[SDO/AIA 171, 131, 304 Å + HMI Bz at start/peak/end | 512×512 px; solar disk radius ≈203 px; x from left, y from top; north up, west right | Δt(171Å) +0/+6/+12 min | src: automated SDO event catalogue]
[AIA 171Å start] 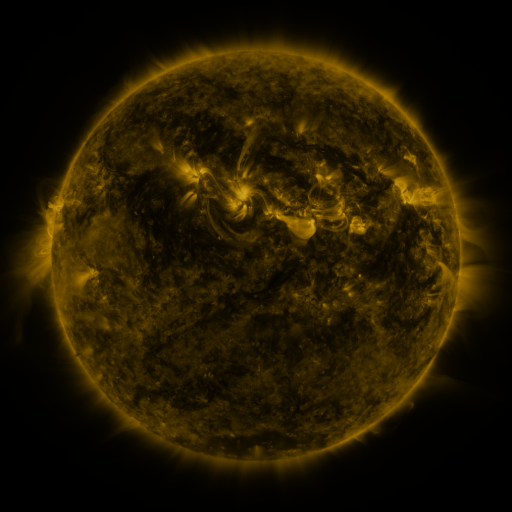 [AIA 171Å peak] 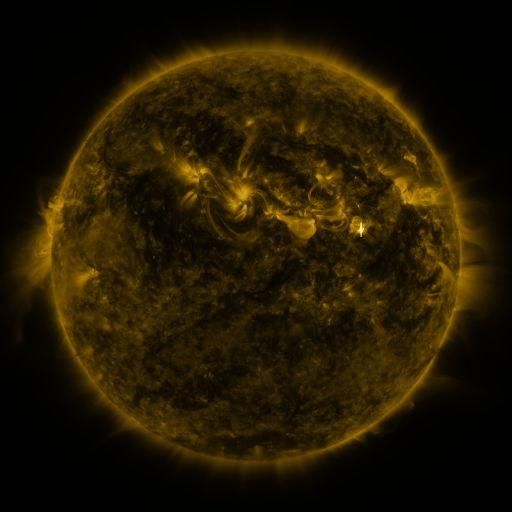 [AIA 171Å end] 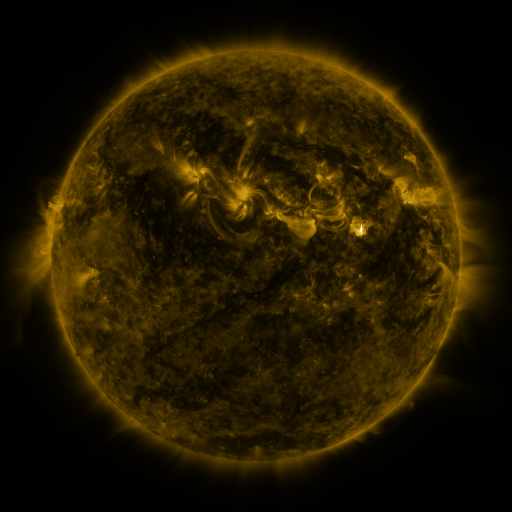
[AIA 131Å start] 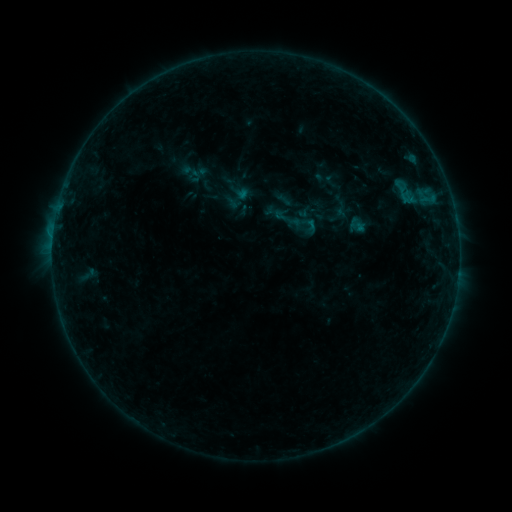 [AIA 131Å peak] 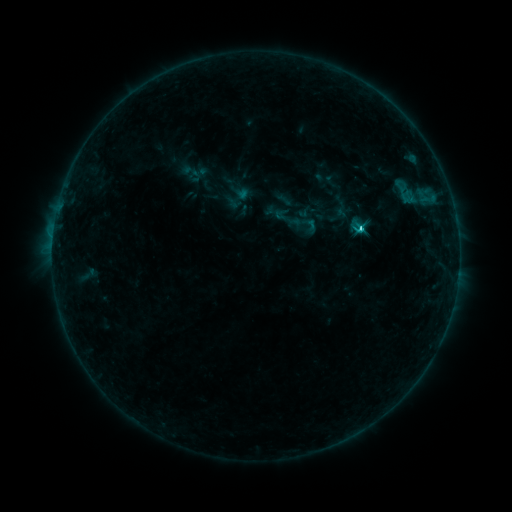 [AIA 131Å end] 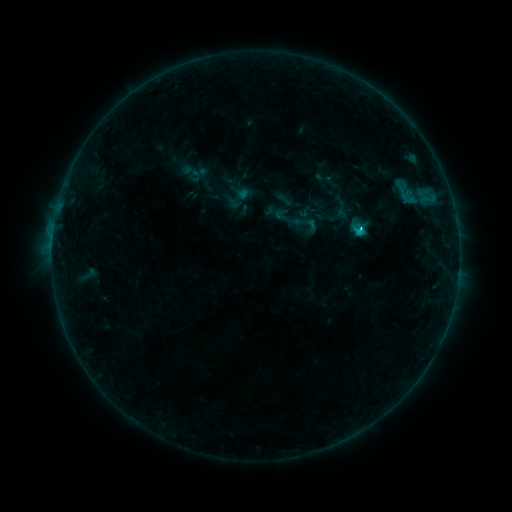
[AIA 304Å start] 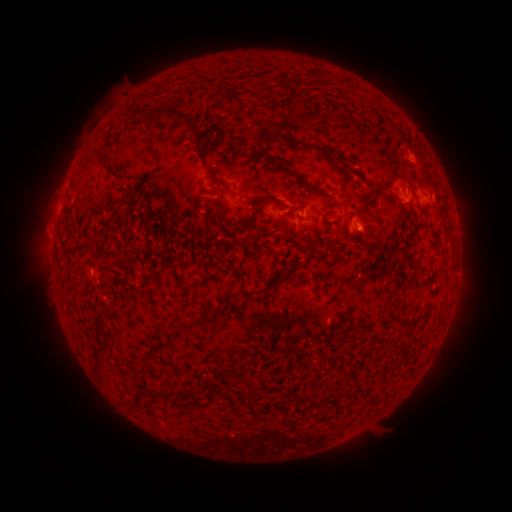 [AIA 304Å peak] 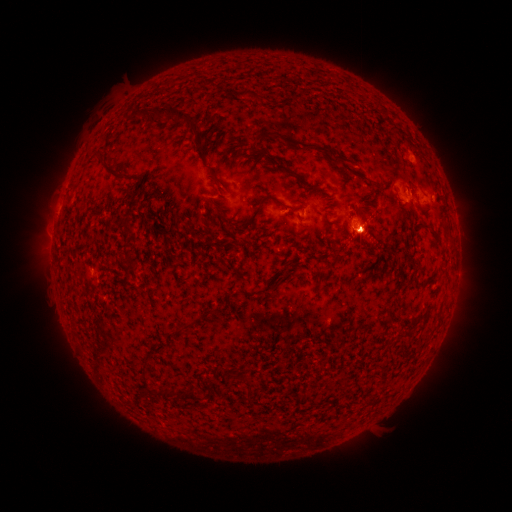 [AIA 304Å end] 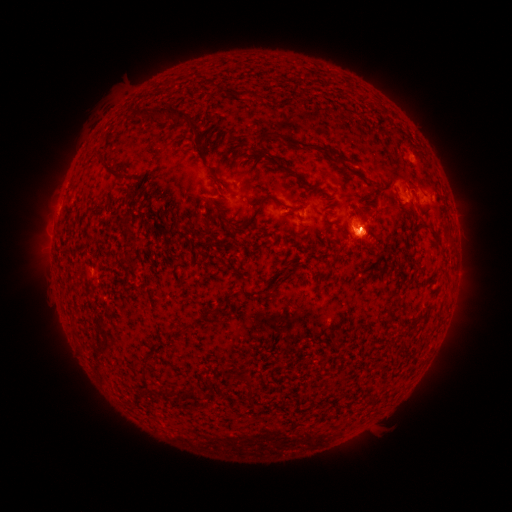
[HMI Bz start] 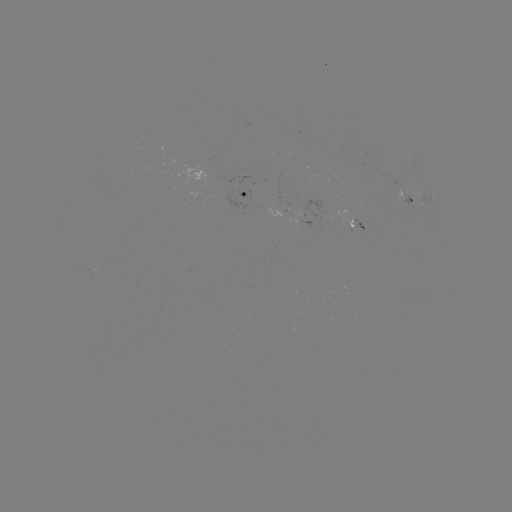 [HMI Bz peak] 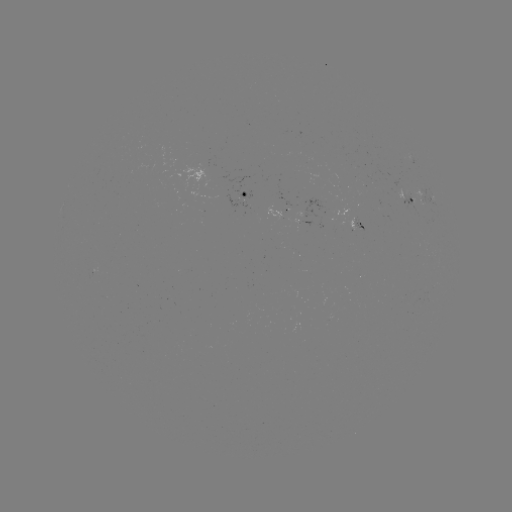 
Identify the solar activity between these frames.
C1.5 flare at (361, 230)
